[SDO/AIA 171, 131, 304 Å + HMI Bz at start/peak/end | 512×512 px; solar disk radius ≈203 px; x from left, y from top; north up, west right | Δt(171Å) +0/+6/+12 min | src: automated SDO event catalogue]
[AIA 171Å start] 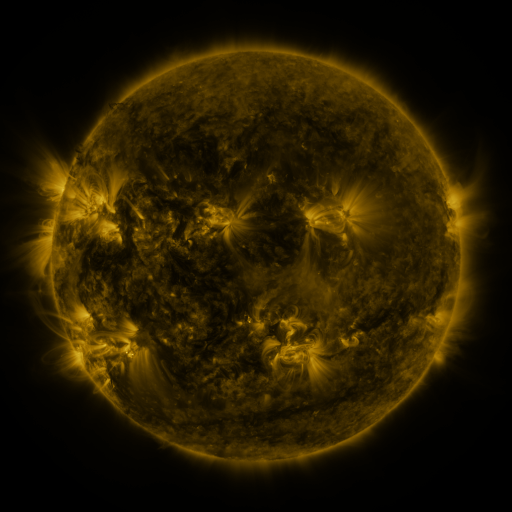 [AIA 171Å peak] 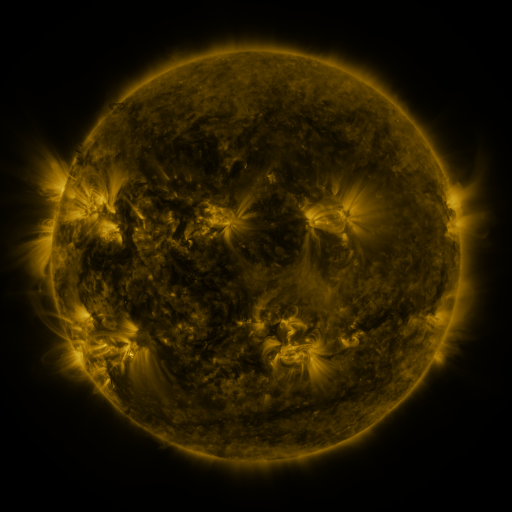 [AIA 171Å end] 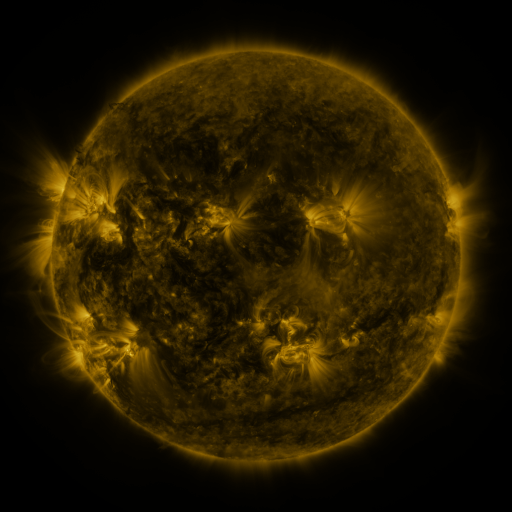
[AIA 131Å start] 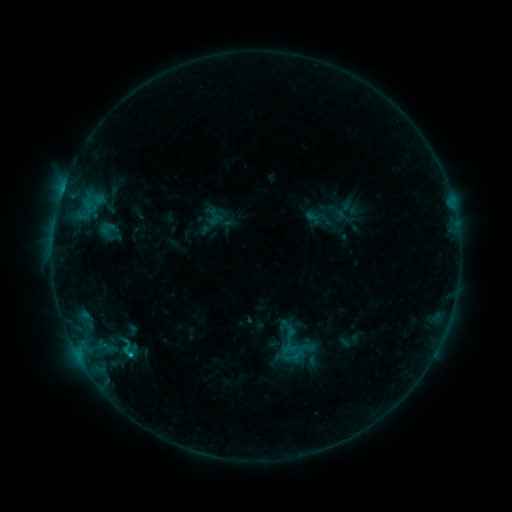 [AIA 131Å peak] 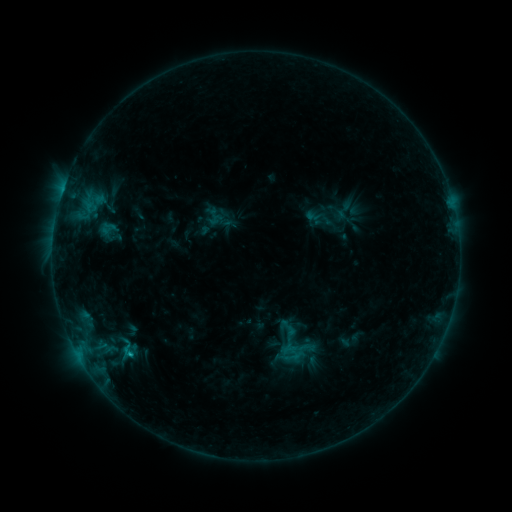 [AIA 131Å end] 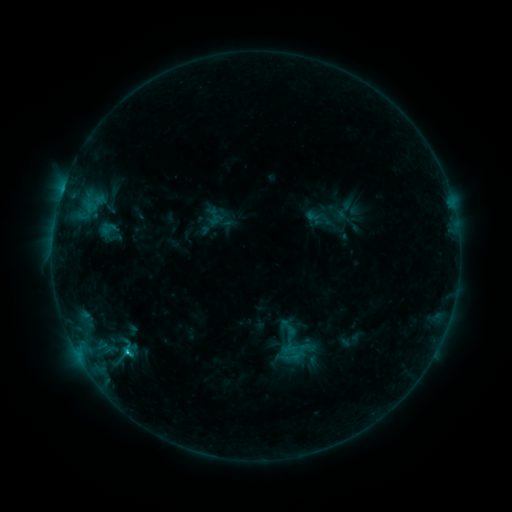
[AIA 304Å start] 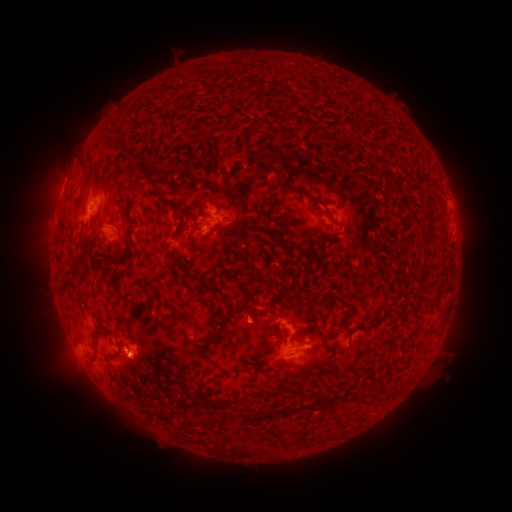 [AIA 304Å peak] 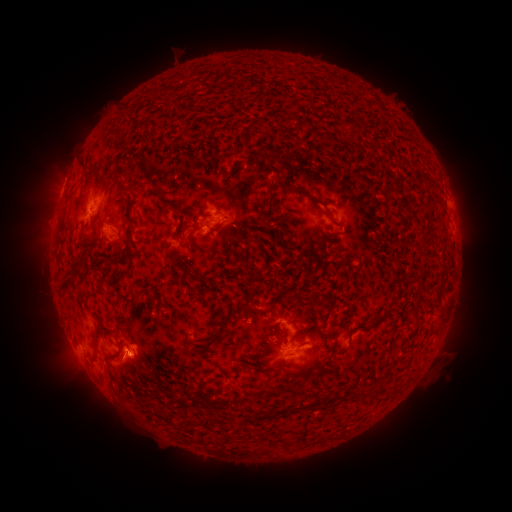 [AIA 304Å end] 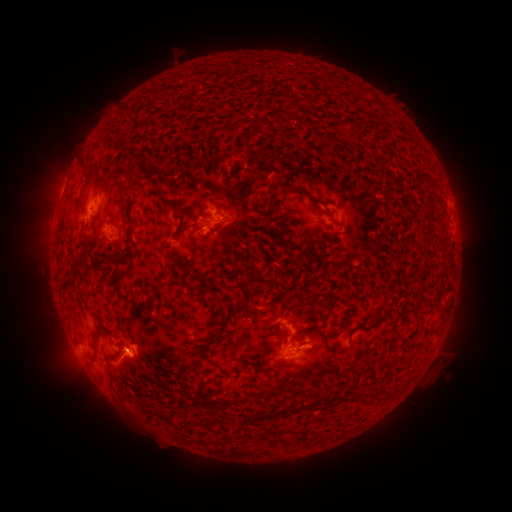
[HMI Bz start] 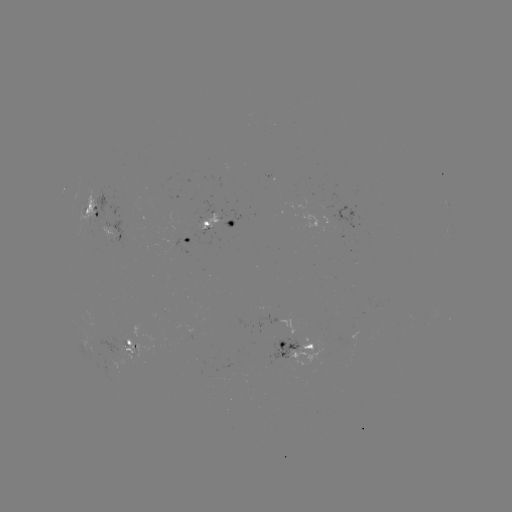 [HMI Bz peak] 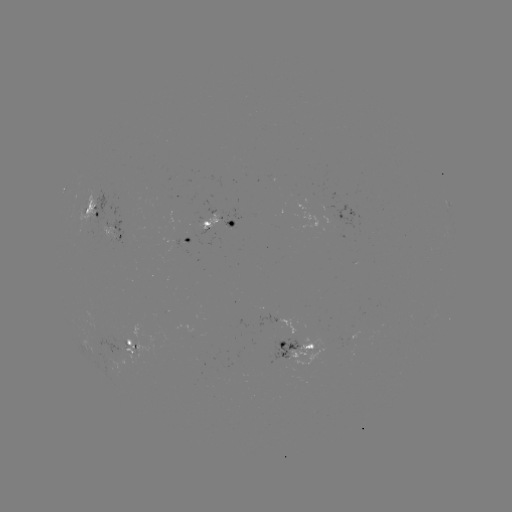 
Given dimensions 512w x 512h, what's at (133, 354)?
eruption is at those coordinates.